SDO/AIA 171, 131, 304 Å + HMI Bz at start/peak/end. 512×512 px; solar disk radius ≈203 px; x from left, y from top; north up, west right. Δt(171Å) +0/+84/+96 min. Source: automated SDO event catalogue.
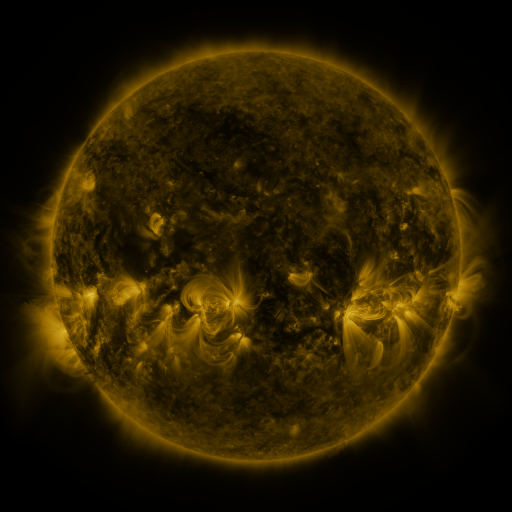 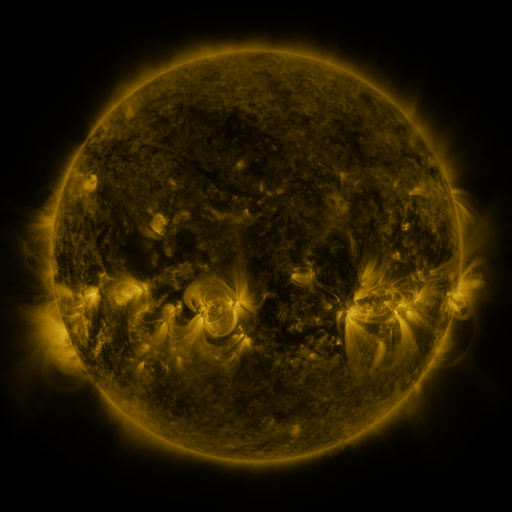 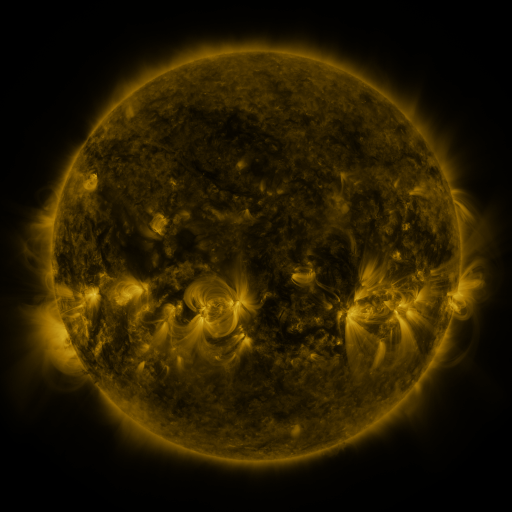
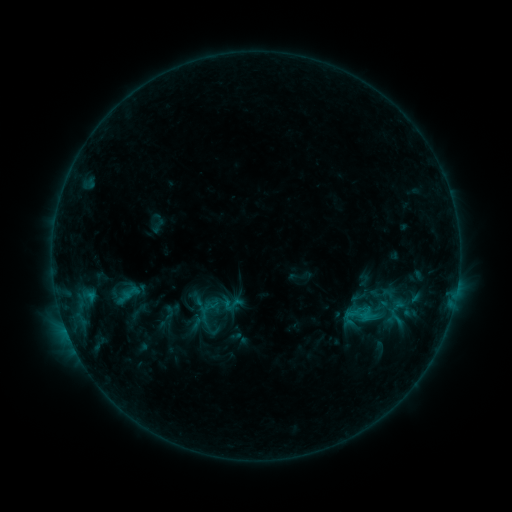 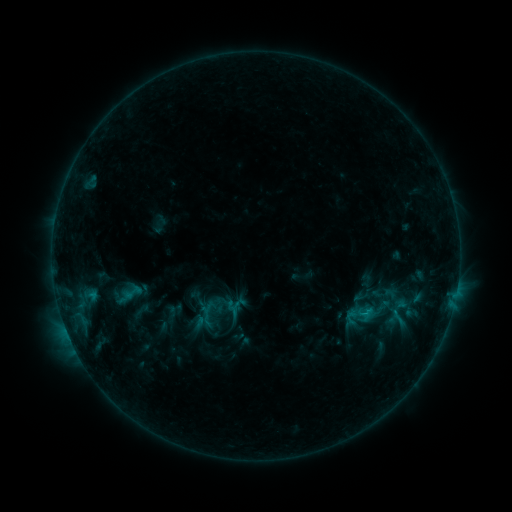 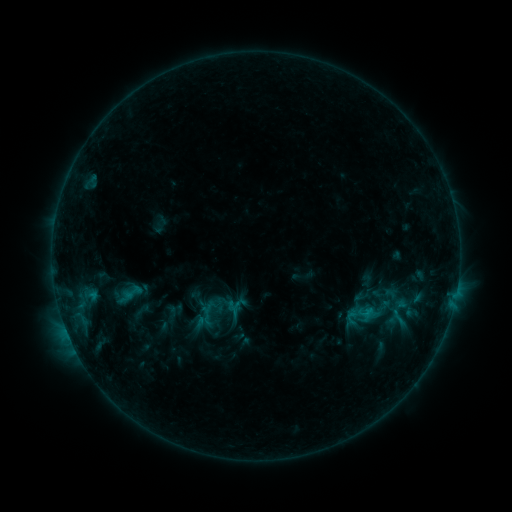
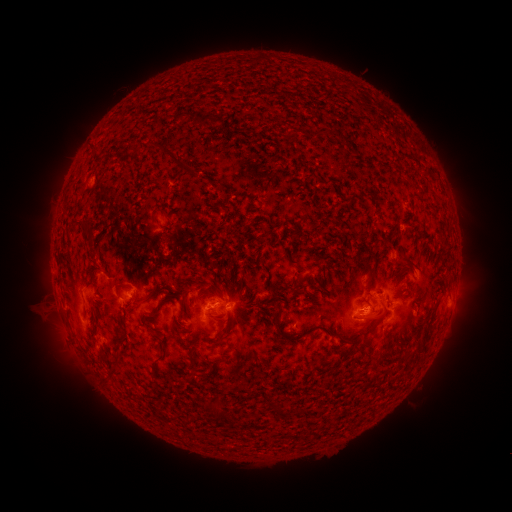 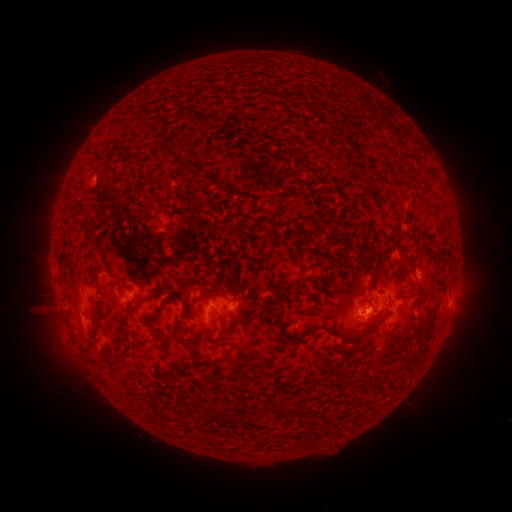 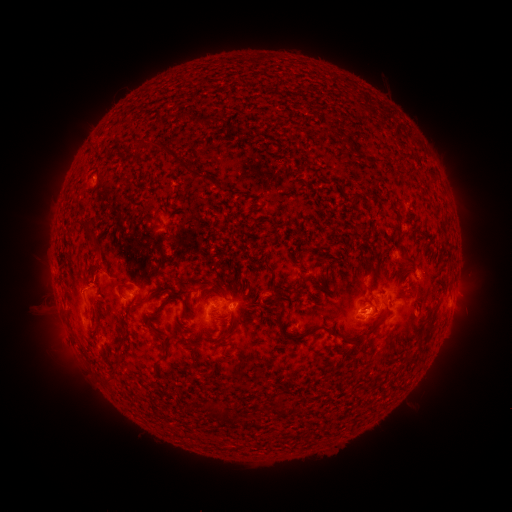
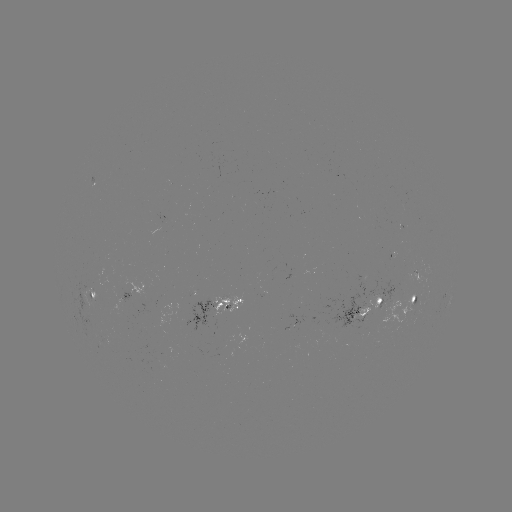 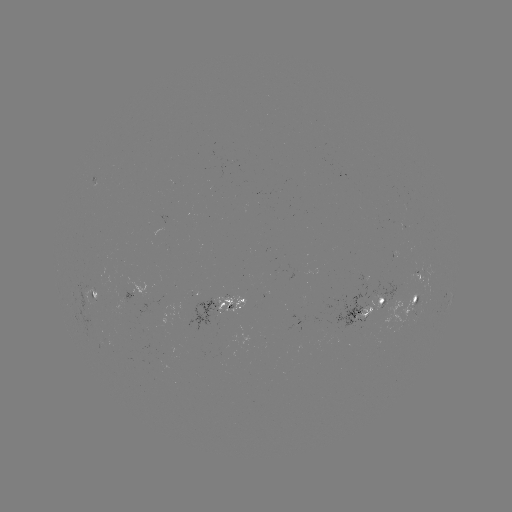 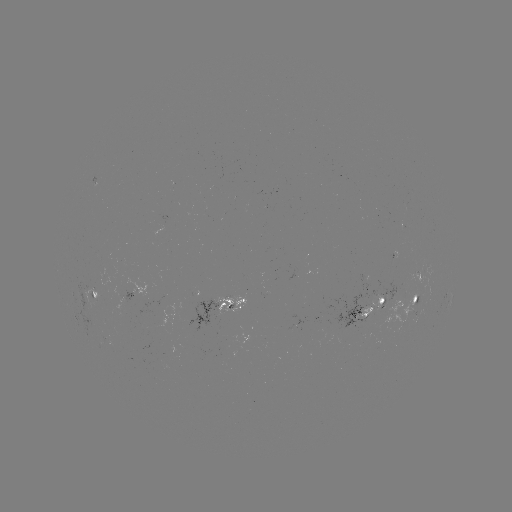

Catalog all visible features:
emerging-flux region: (375, 299)
